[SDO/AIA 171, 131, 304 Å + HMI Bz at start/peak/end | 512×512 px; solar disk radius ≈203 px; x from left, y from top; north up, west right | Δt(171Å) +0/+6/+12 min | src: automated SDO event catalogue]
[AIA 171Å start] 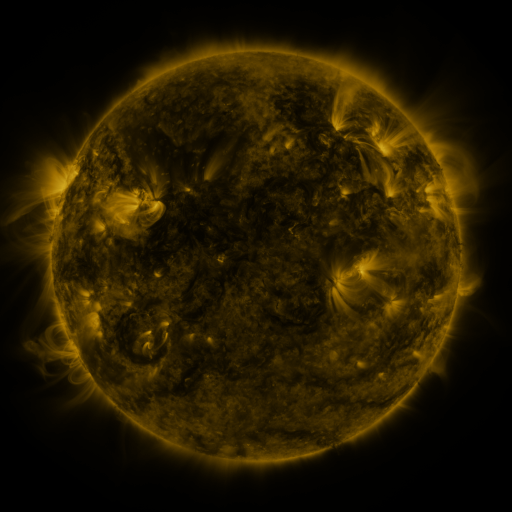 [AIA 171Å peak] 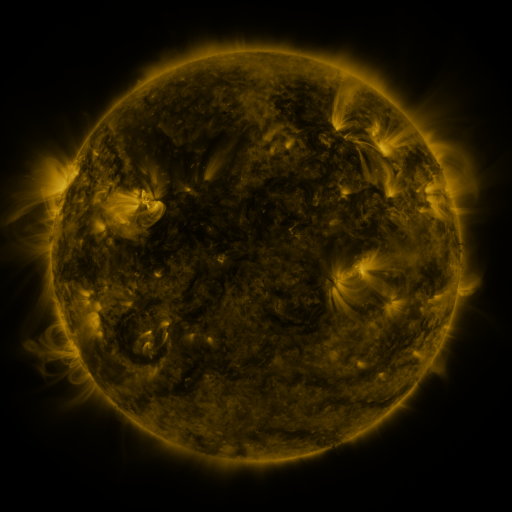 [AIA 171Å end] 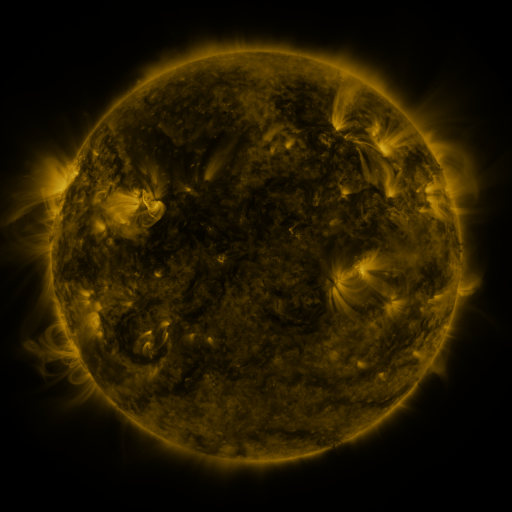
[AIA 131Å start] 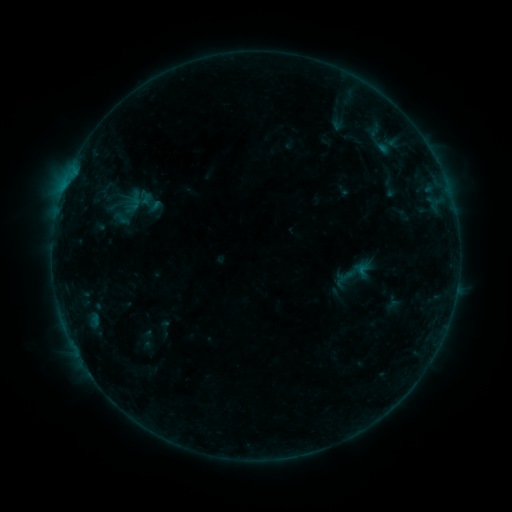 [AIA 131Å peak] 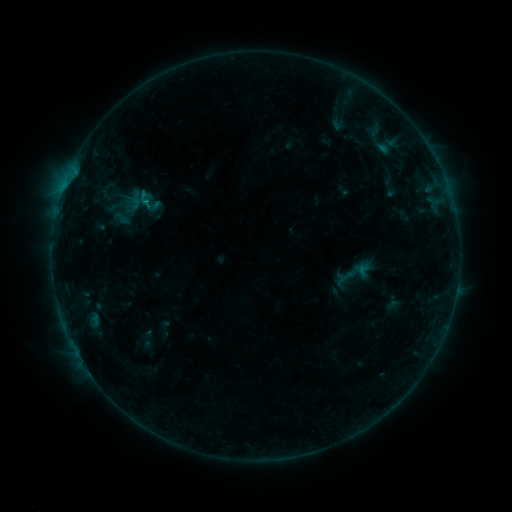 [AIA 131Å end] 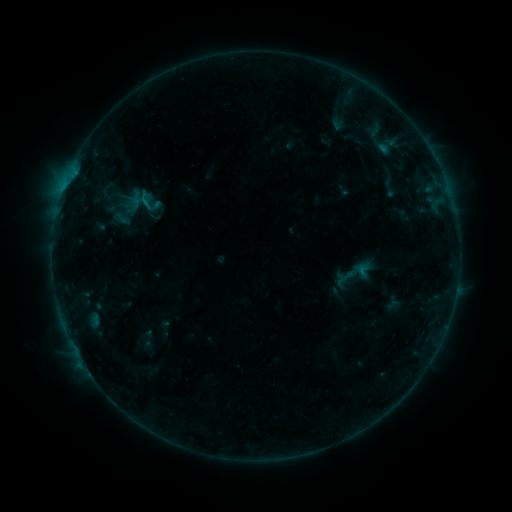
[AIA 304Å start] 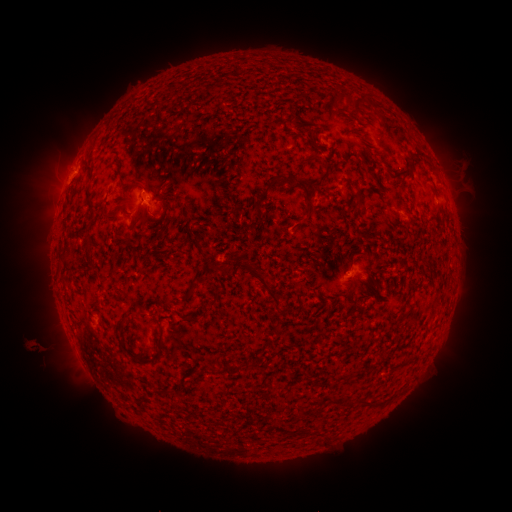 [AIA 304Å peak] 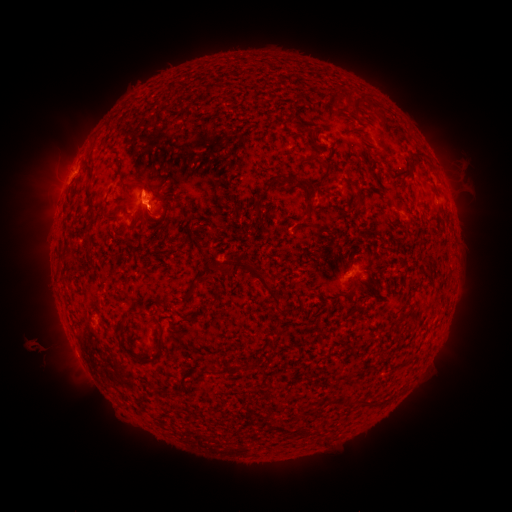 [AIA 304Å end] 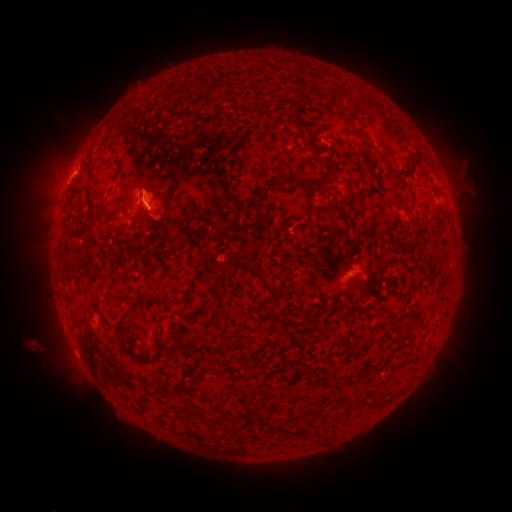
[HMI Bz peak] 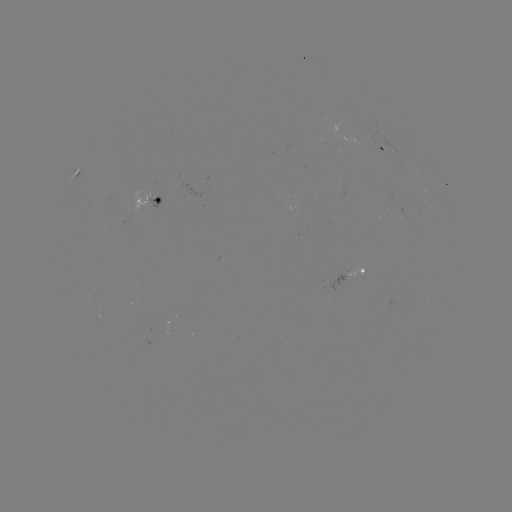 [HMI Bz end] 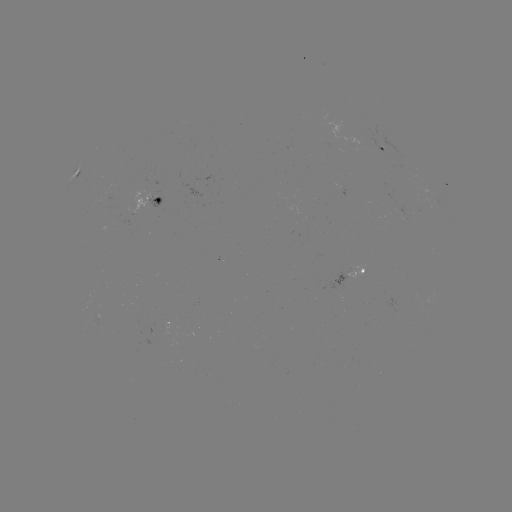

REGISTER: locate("B3.6 flare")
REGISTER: (149, 202)